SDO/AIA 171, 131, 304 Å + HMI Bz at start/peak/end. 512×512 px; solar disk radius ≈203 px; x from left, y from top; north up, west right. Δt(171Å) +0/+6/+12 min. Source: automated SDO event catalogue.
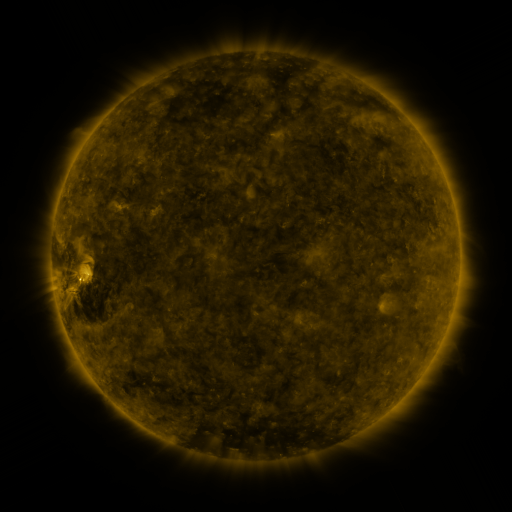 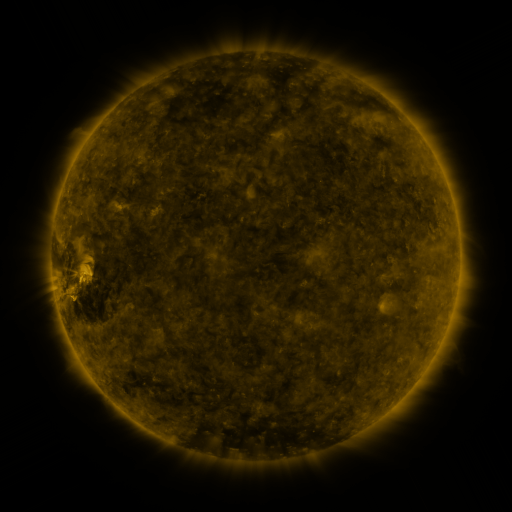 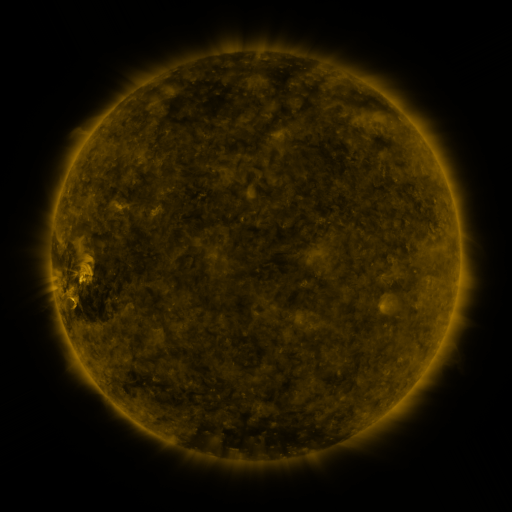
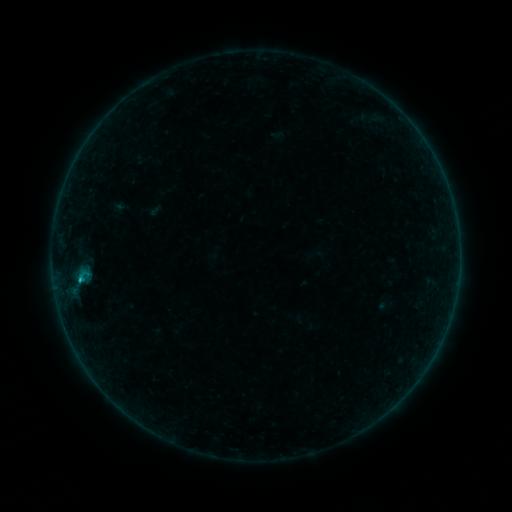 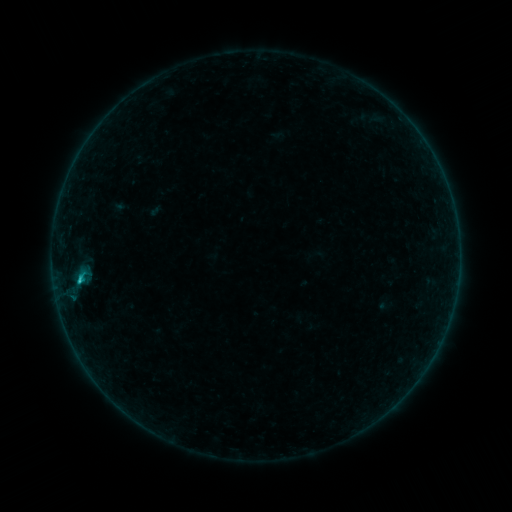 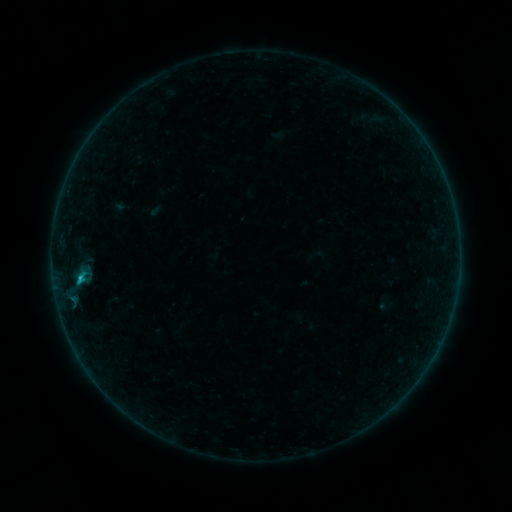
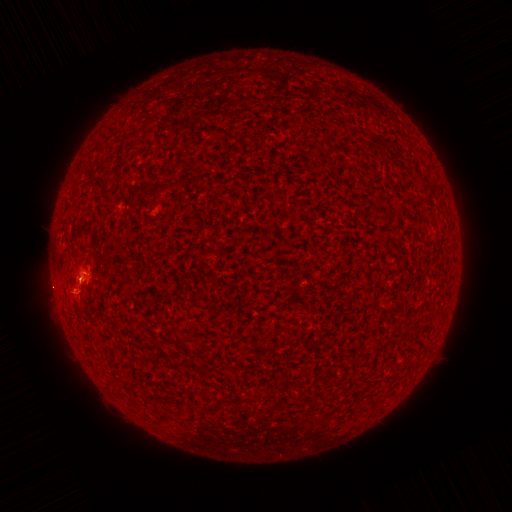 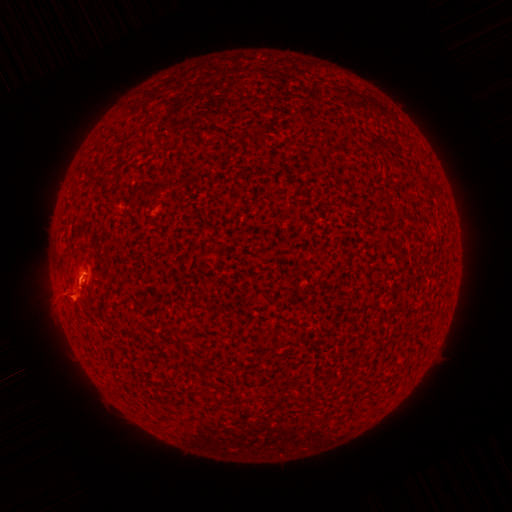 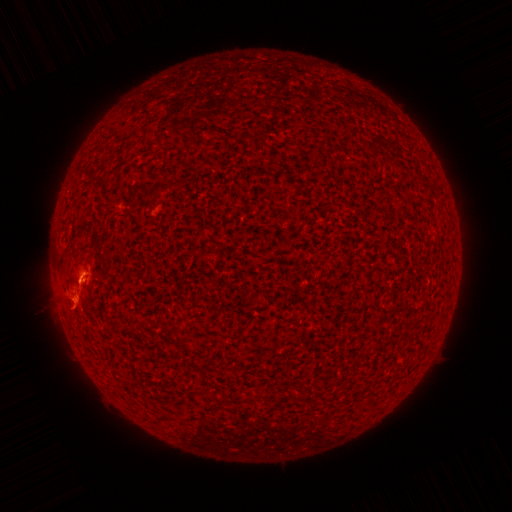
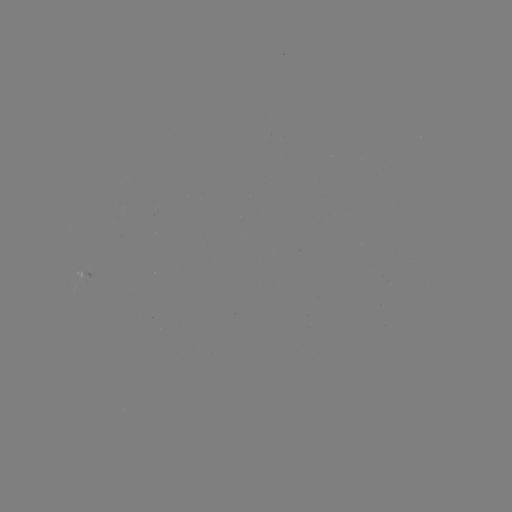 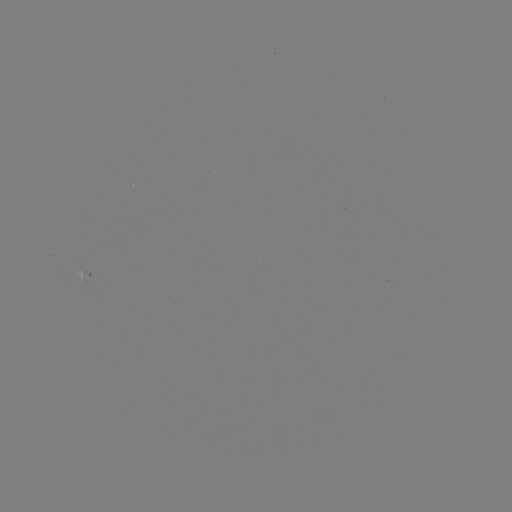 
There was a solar eruption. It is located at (72, 257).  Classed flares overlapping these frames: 2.